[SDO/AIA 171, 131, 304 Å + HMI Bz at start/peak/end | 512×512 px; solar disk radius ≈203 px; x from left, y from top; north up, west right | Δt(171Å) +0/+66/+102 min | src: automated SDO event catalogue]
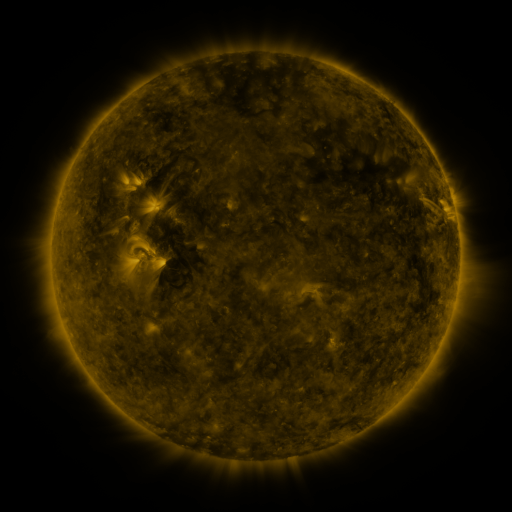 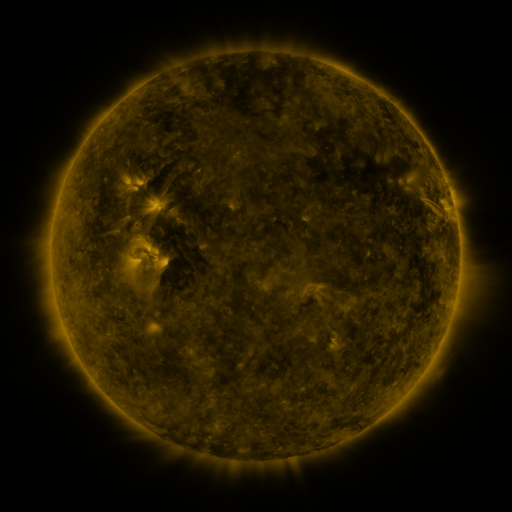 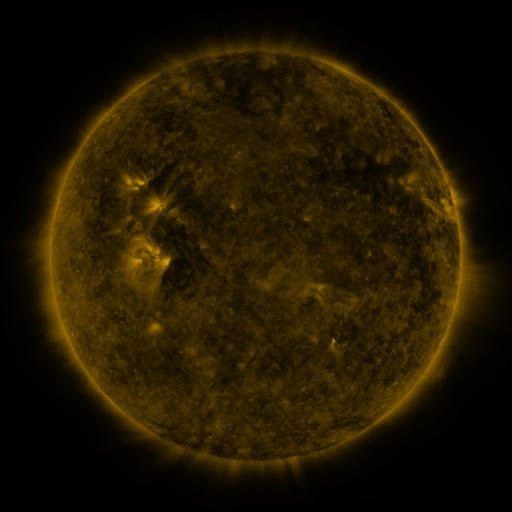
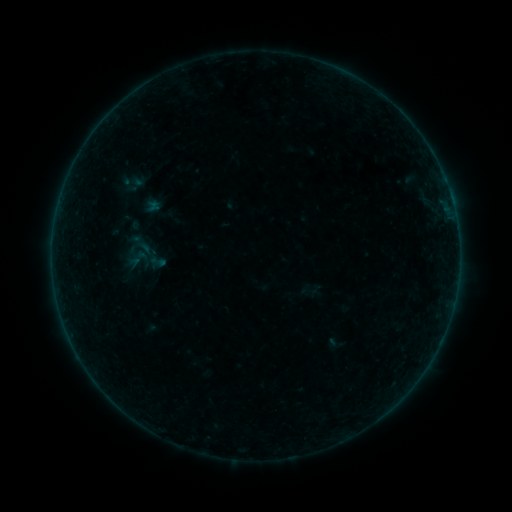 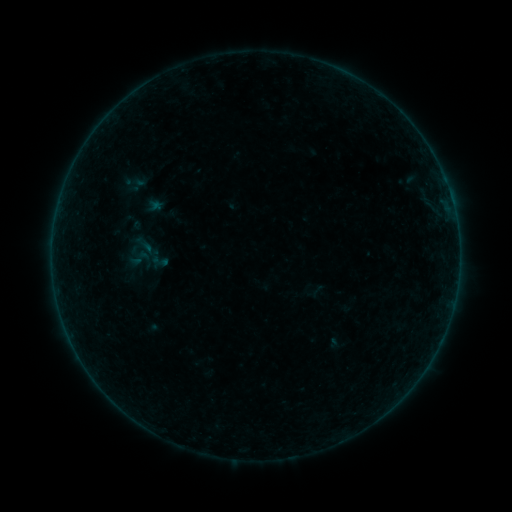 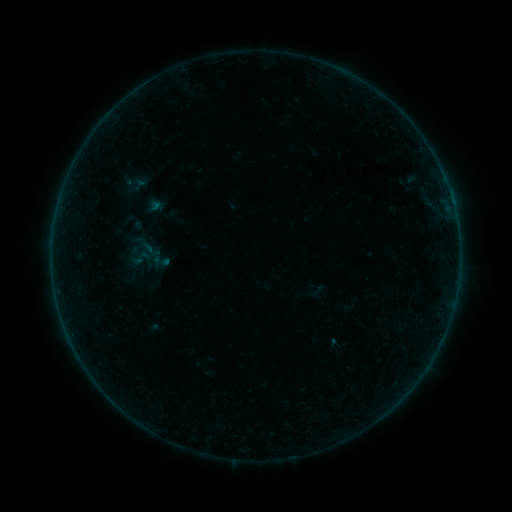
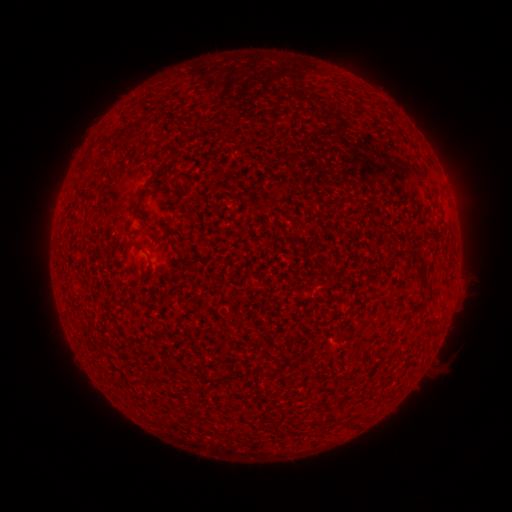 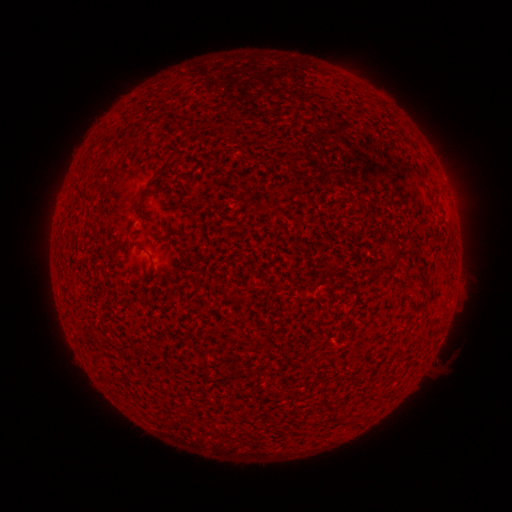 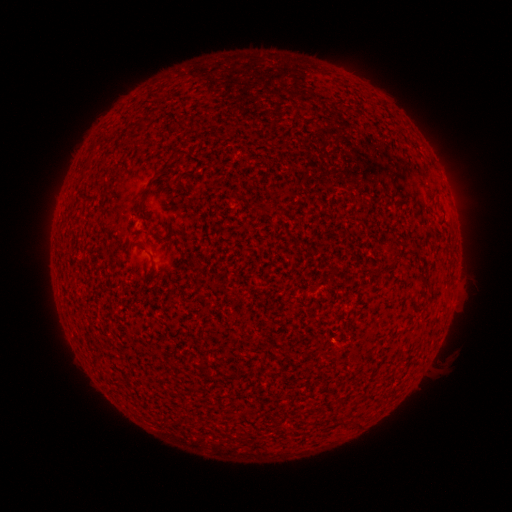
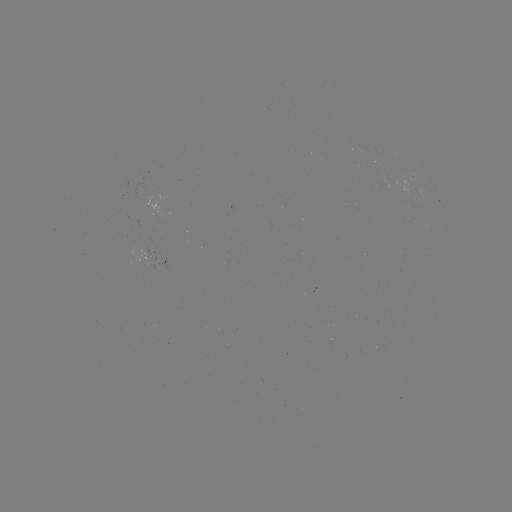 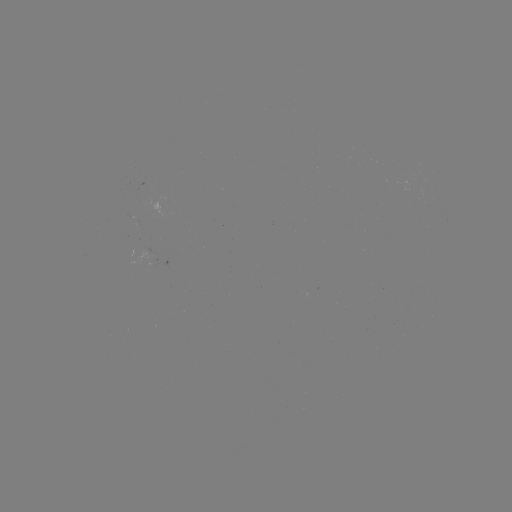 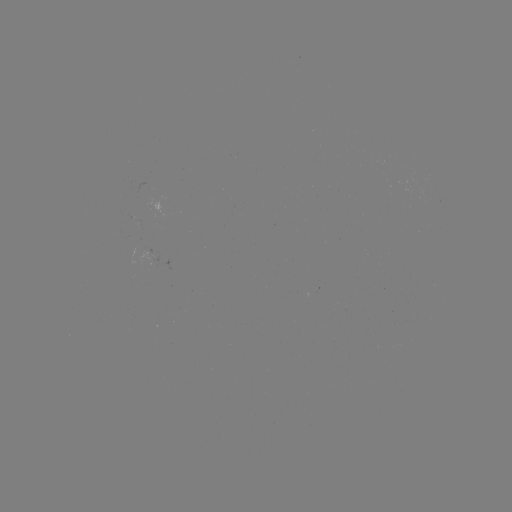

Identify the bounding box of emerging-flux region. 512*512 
[135, 179, 144, 193].